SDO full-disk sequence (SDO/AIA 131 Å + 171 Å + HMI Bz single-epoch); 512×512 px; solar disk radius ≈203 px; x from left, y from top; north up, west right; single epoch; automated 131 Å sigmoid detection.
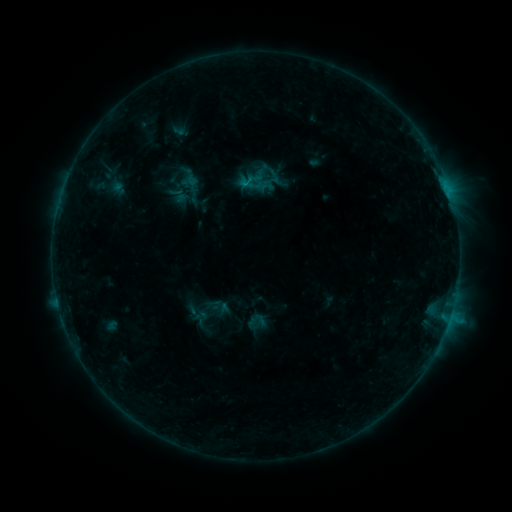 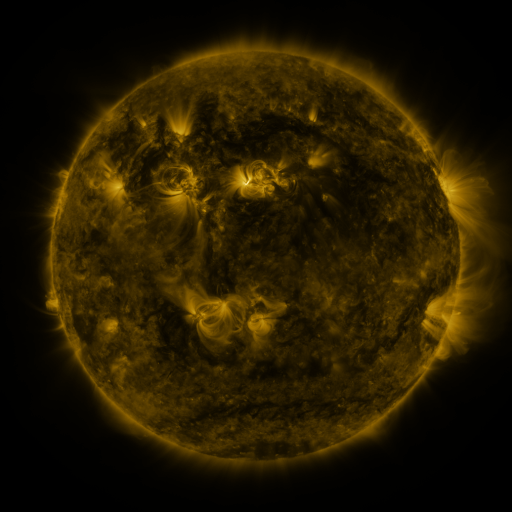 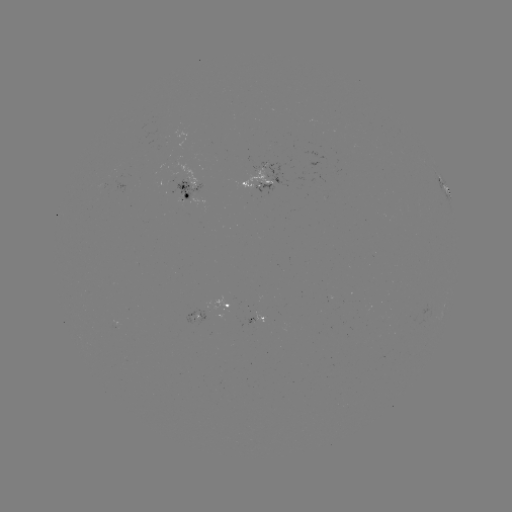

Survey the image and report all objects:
sigmoid: [243, 169, 269, 194]
